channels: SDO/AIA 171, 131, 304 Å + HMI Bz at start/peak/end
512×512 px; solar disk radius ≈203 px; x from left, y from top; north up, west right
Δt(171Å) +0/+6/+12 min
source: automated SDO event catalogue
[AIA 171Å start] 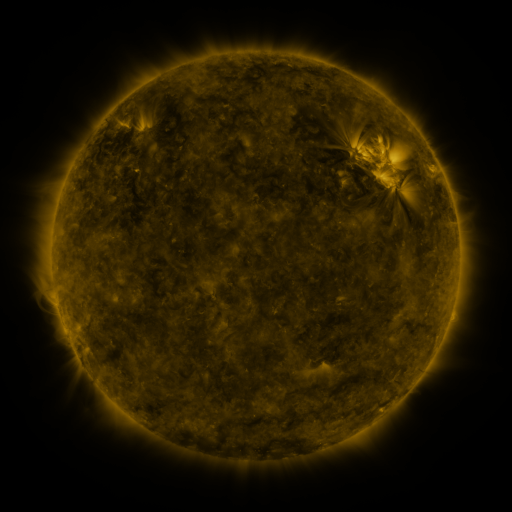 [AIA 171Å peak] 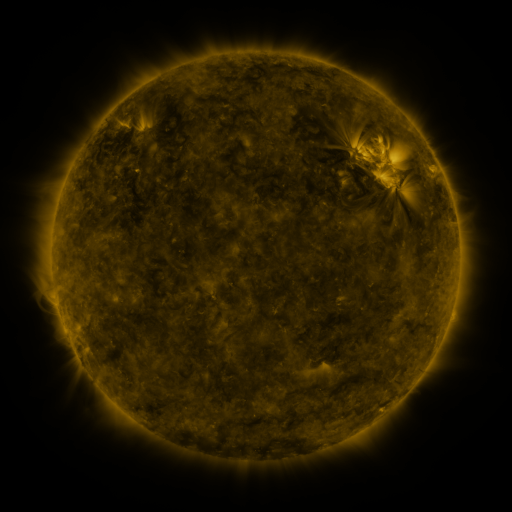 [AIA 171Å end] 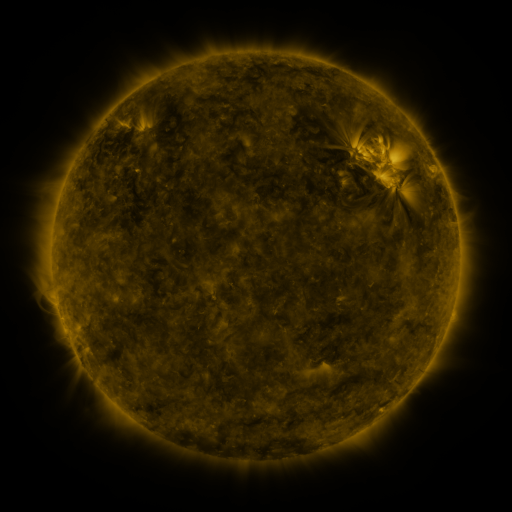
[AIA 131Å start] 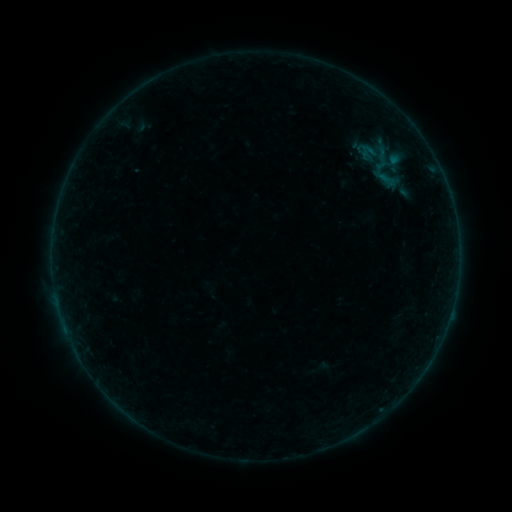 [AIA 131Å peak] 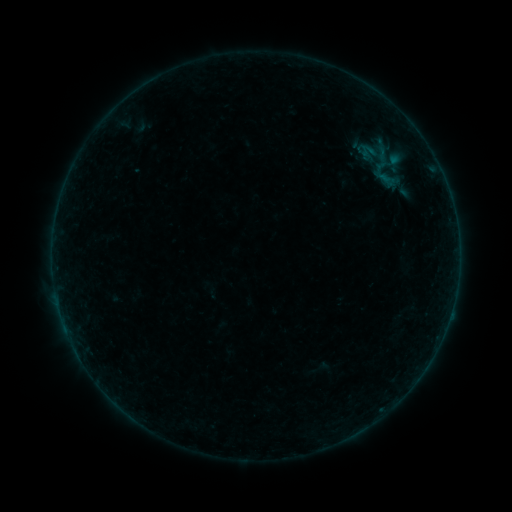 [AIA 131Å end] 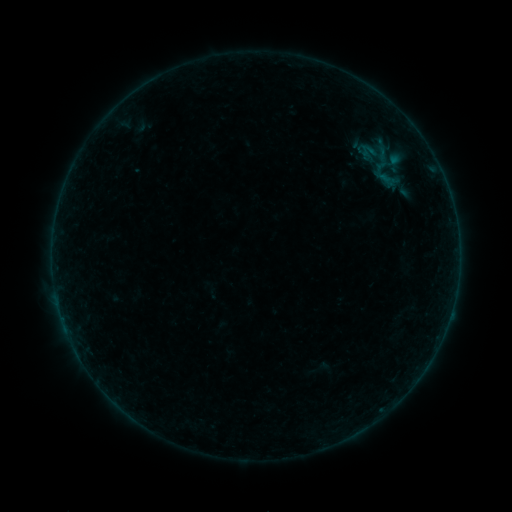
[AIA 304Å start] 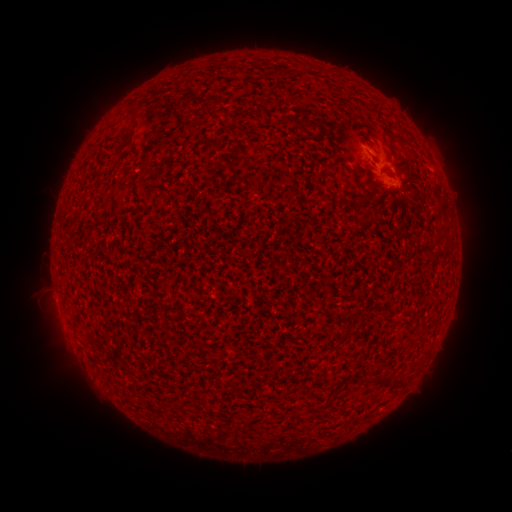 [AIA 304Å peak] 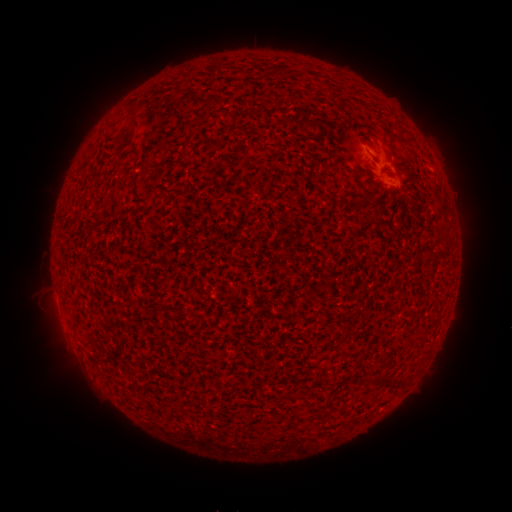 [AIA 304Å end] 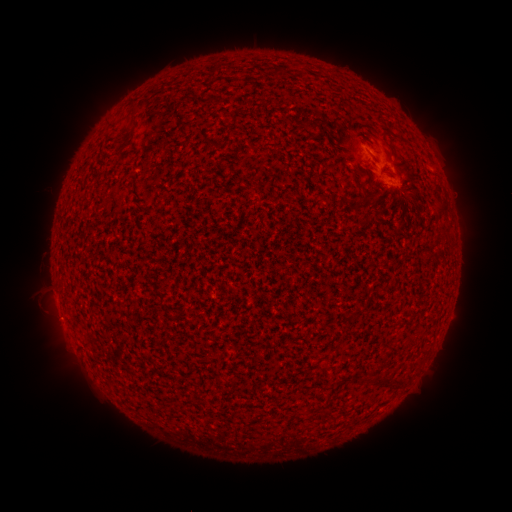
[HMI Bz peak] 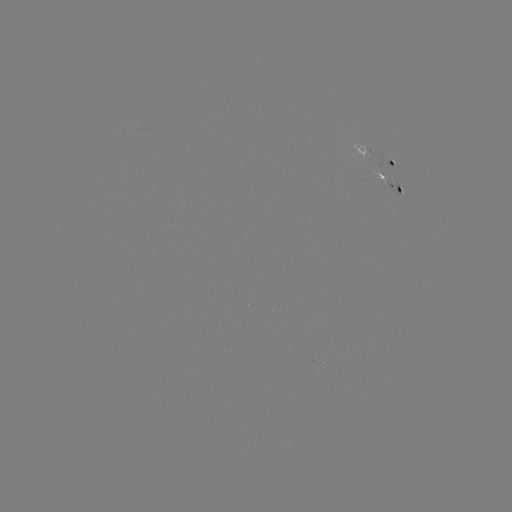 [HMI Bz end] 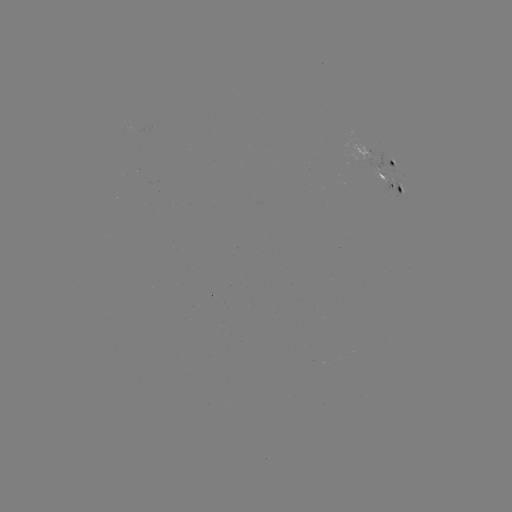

no flare in any classed list; no EUV-trigger detection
